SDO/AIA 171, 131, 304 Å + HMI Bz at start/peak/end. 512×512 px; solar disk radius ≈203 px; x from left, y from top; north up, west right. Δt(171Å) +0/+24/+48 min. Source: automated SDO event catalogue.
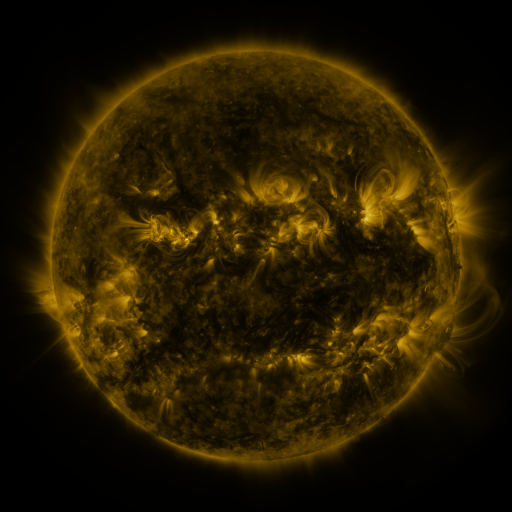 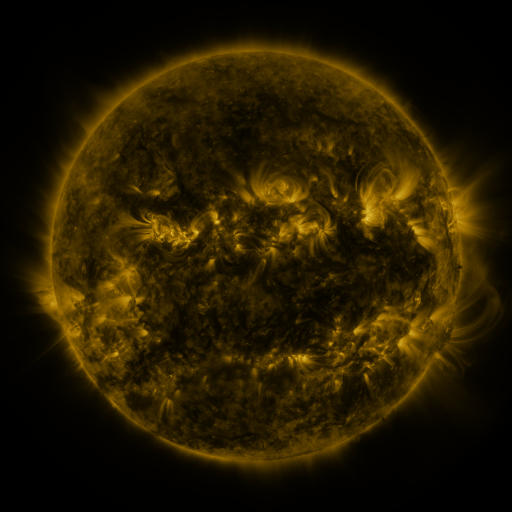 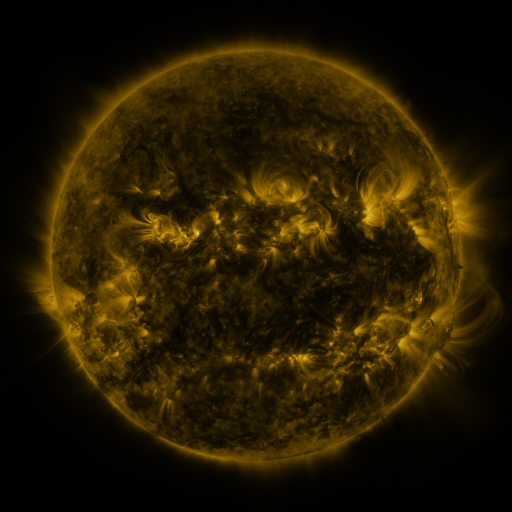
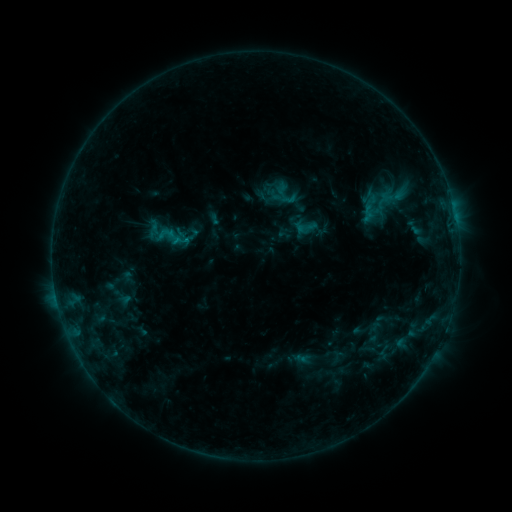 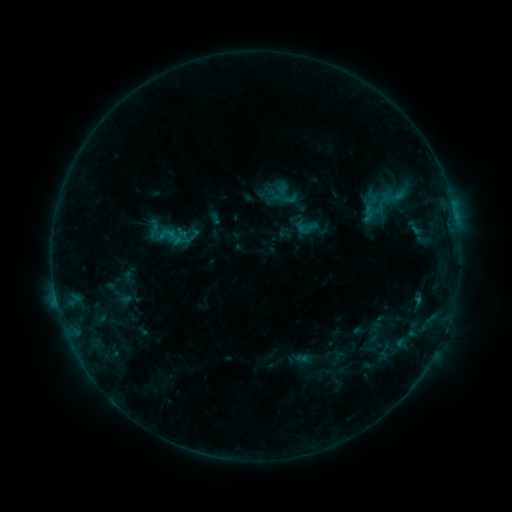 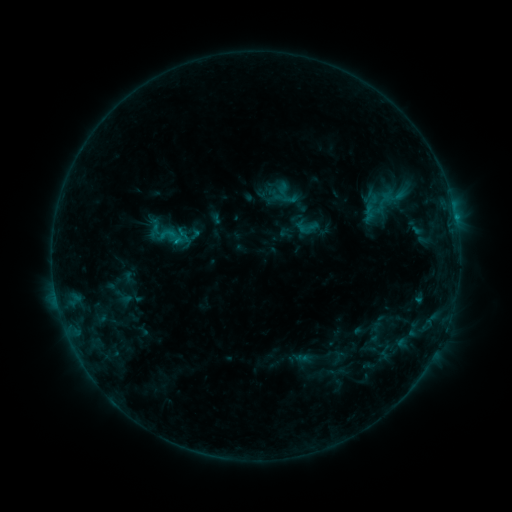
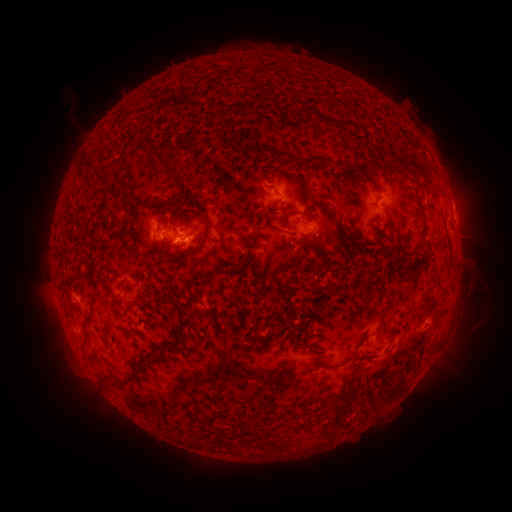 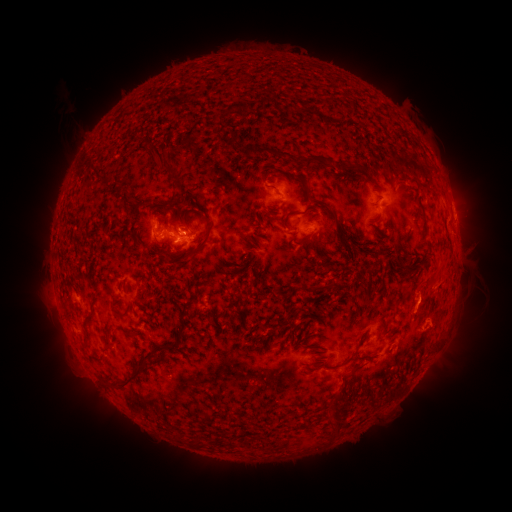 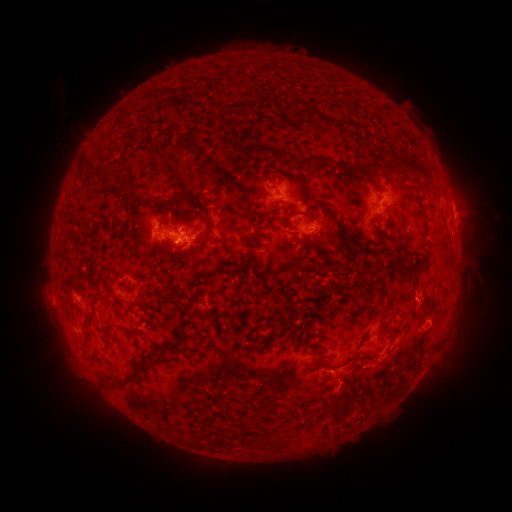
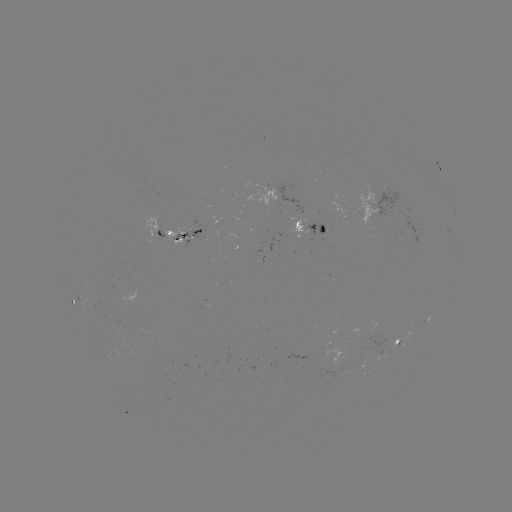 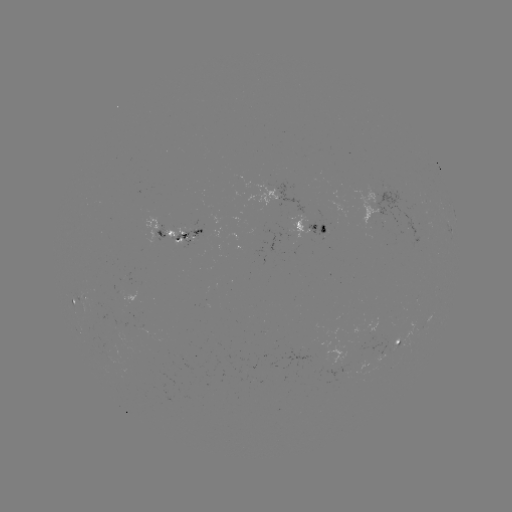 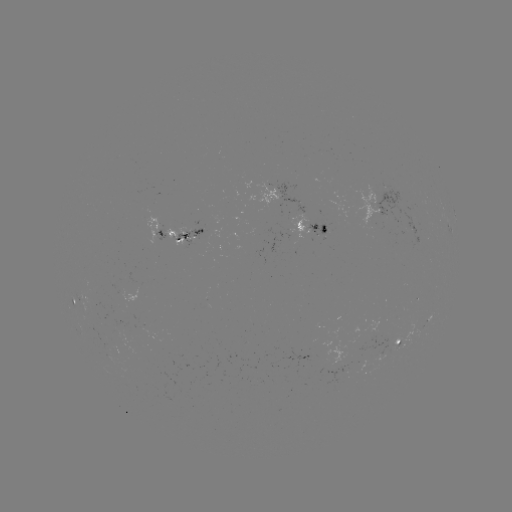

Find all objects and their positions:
eruption: (453, 263)
